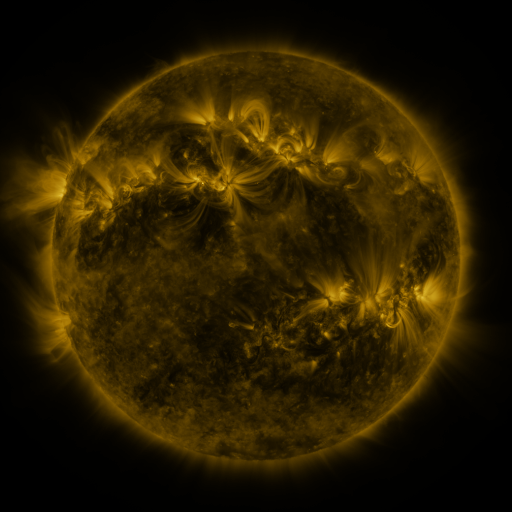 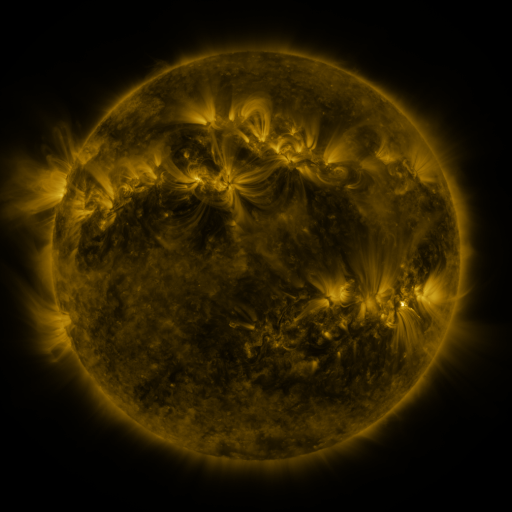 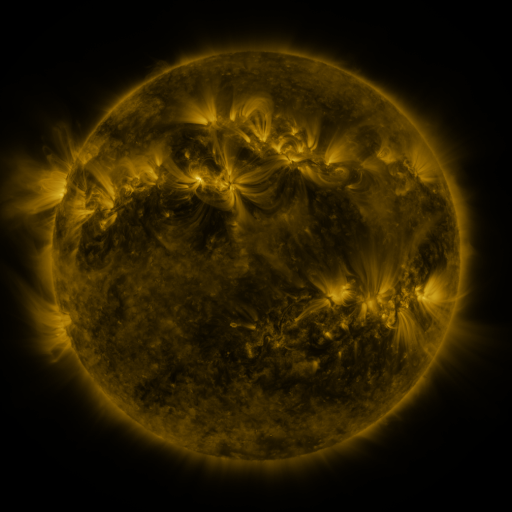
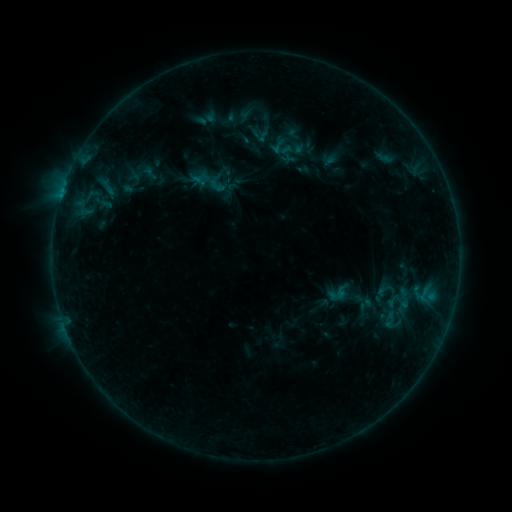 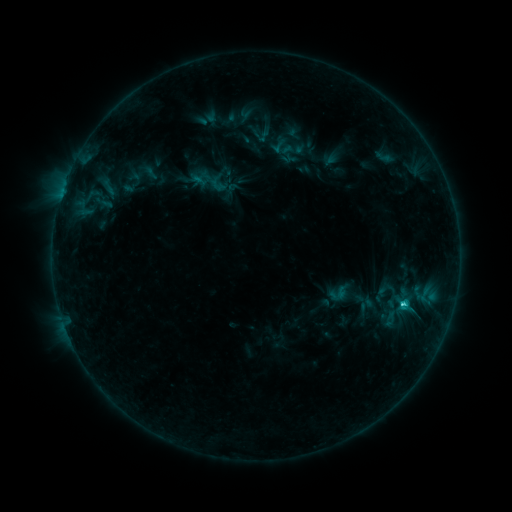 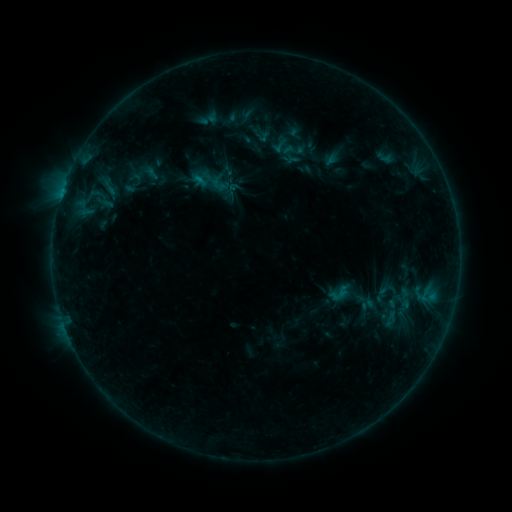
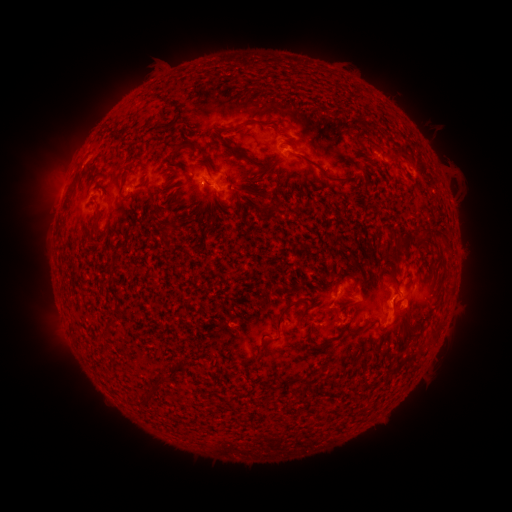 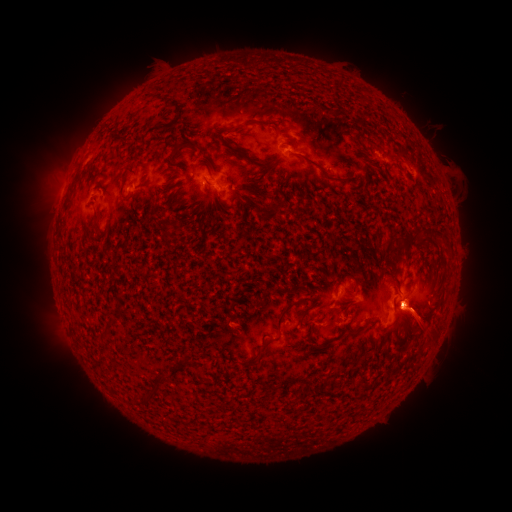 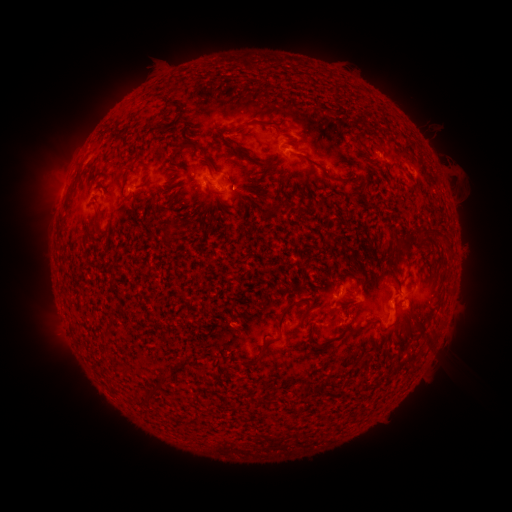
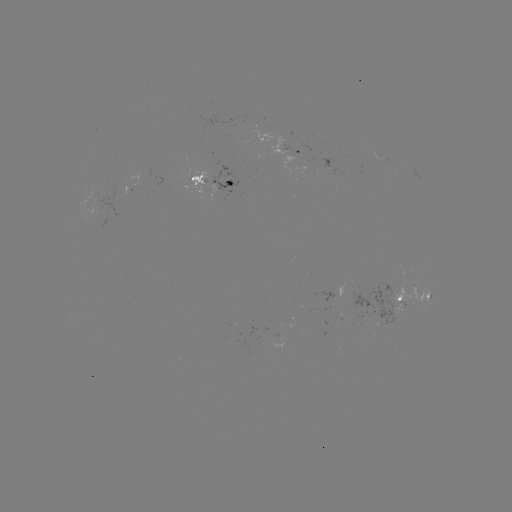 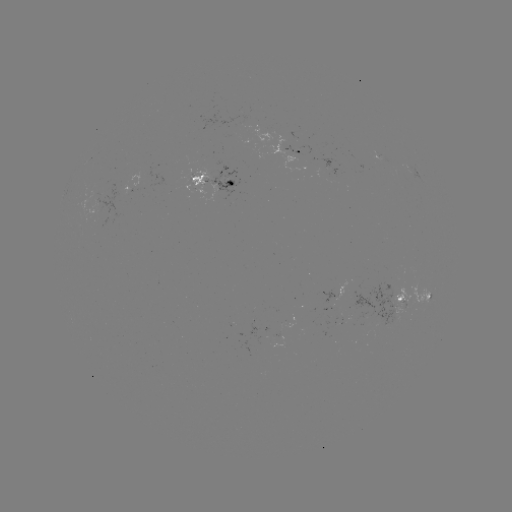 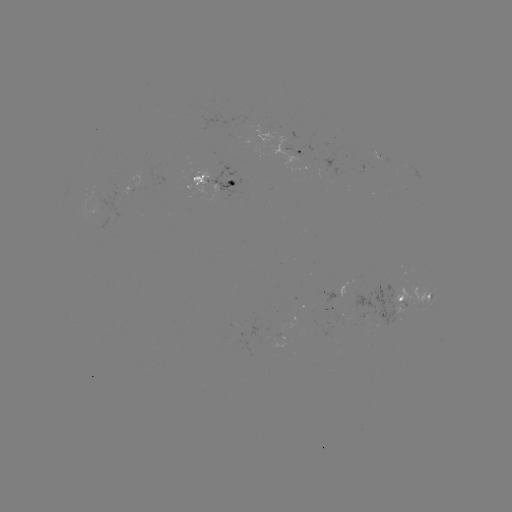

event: emerging-flux region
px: (202, 179)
